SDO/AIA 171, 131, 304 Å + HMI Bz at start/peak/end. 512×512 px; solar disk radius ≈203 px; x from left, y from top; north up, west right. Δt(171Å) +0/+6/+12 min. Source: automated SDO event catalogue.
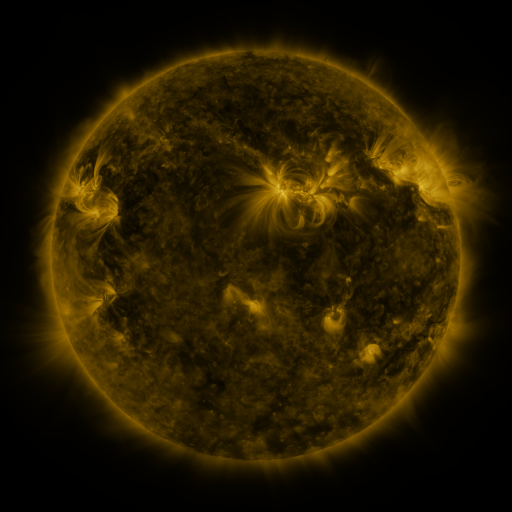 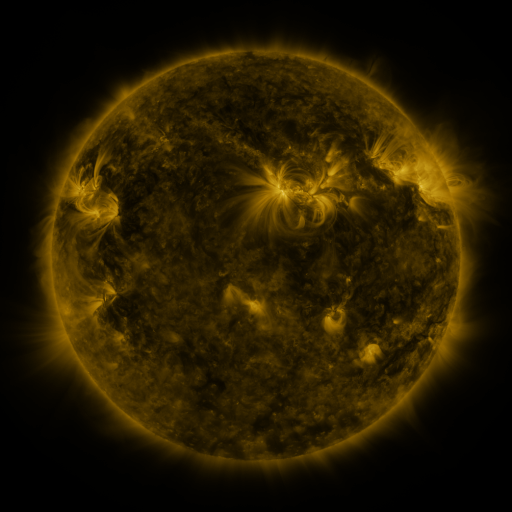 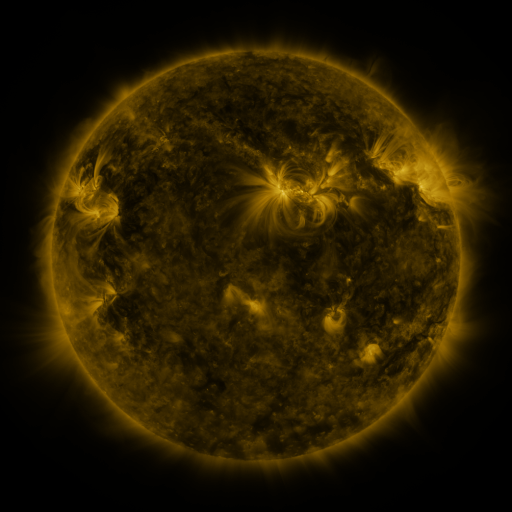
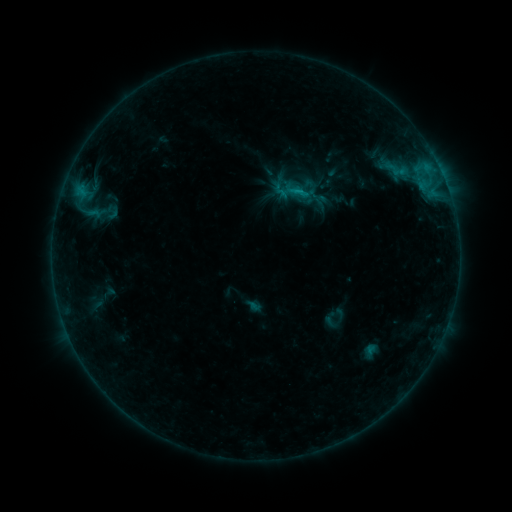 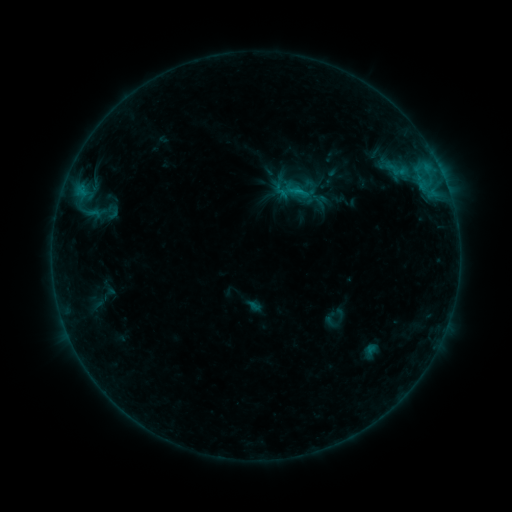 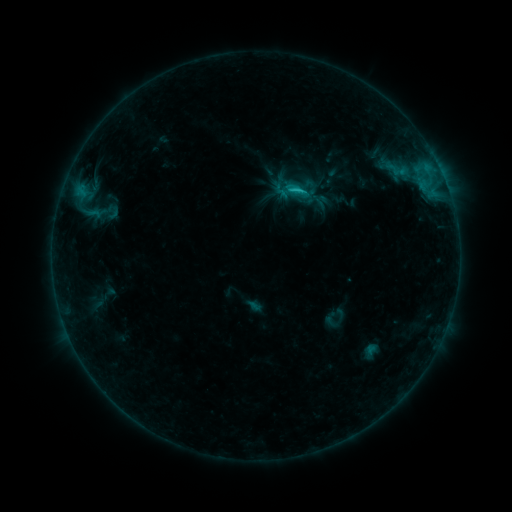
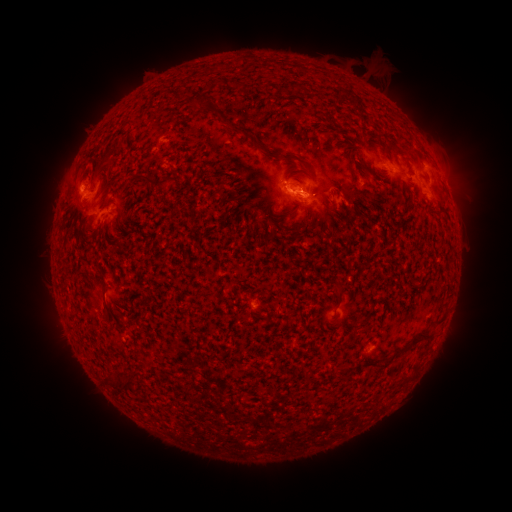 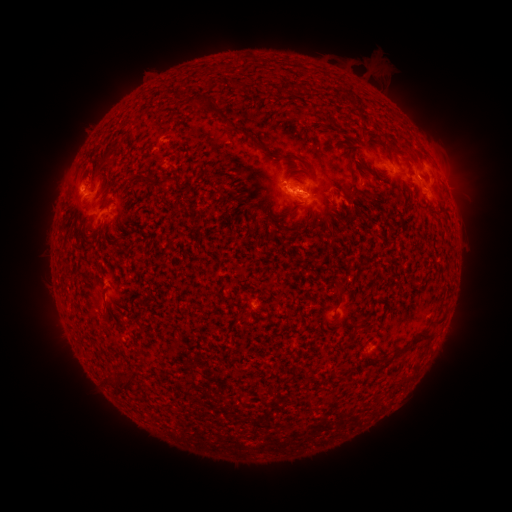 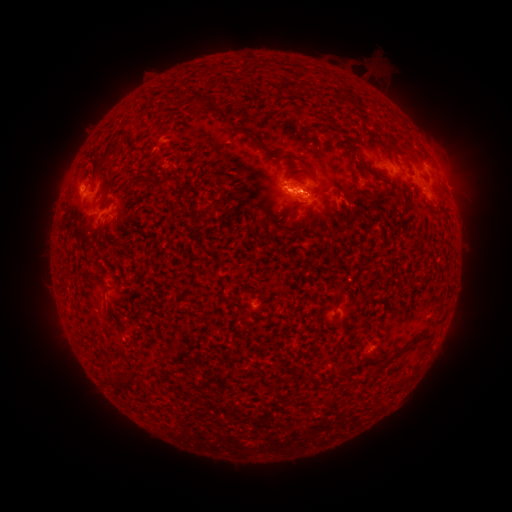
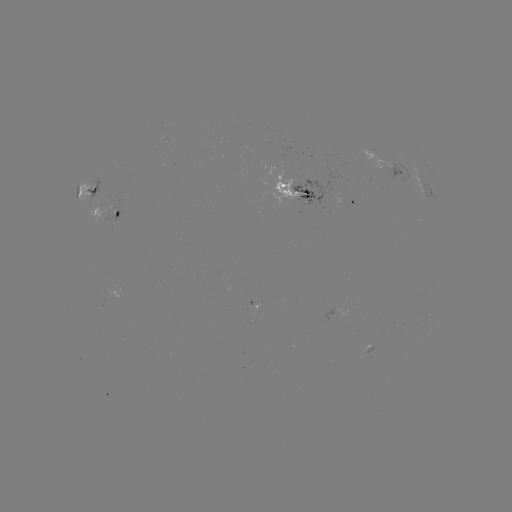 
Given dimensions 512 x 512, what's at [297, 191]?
C1.1 flare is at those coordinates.